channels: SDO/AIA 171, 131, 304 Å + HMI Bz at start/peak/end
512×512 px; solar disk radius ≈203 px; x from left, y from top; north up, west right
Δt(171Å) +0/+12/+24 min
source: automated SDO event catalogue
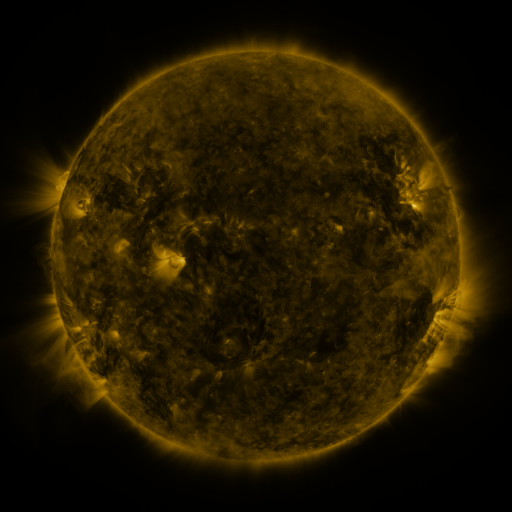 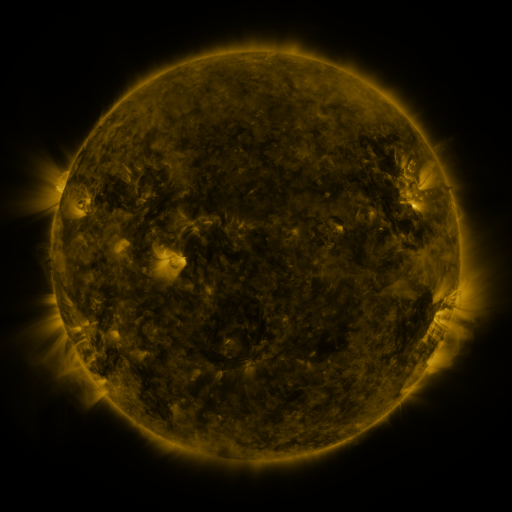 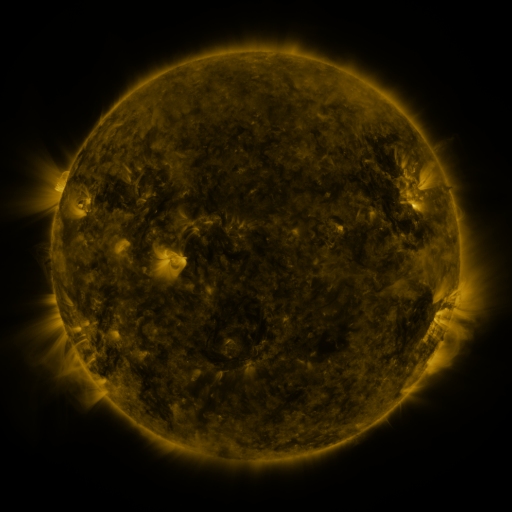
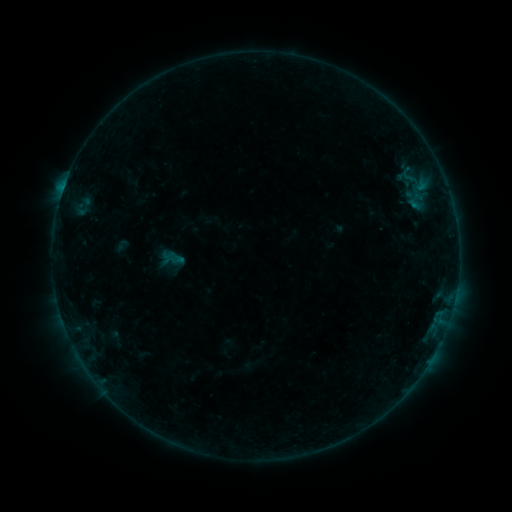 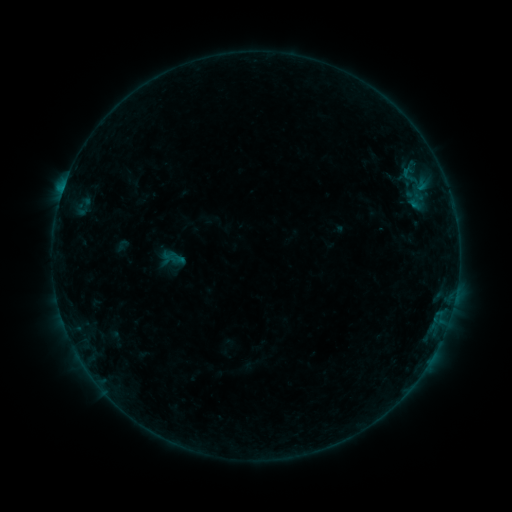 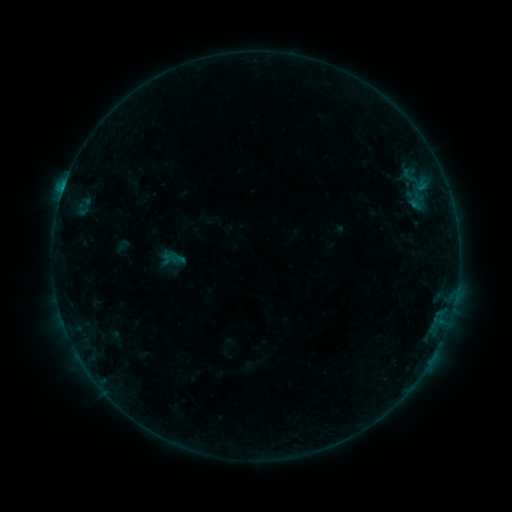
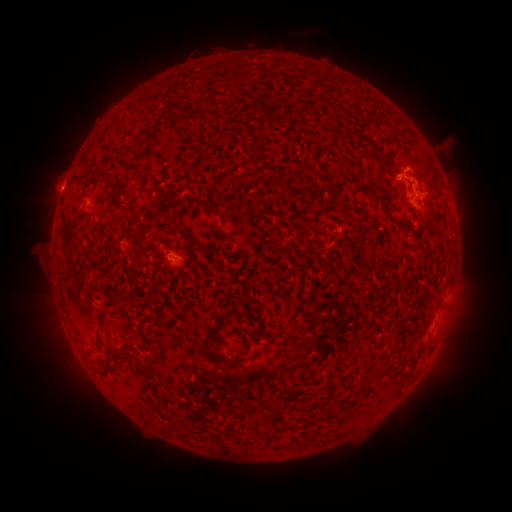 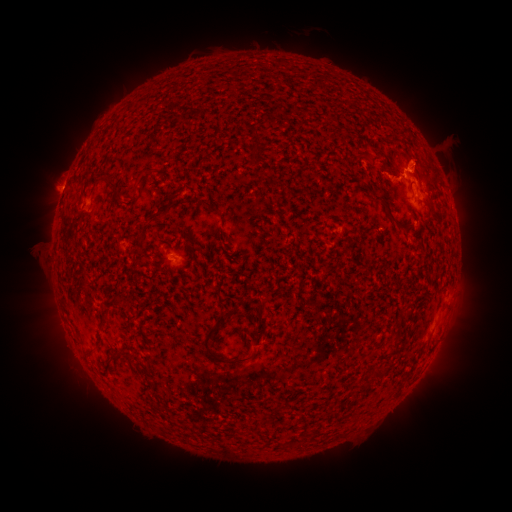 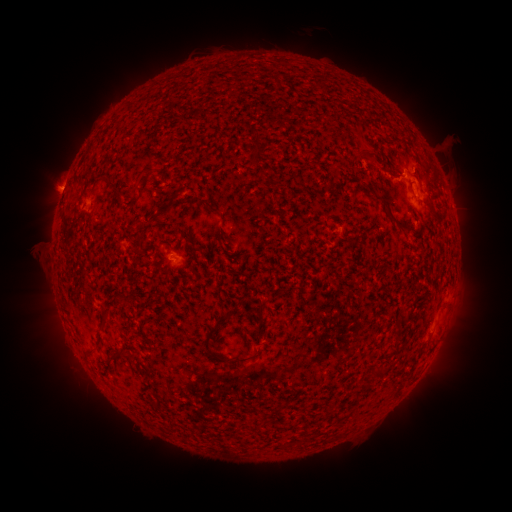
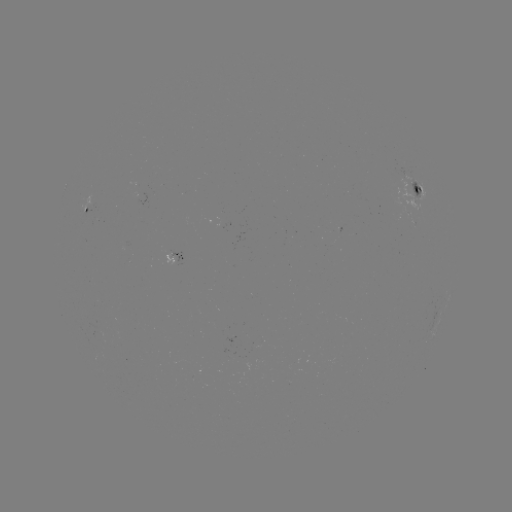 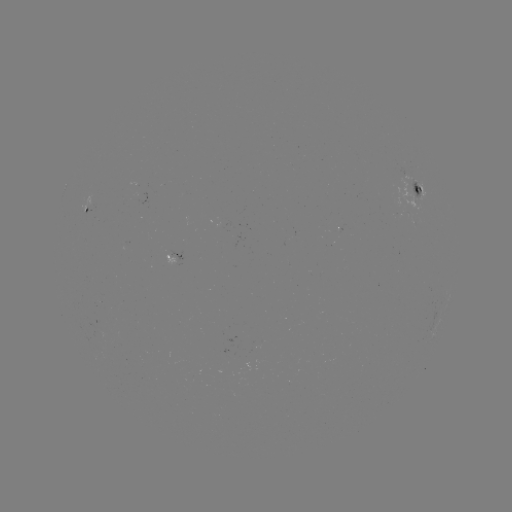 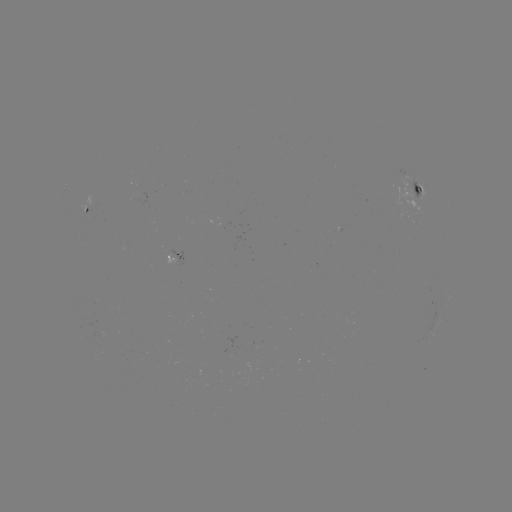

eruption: <bbox>359, 128, 466, 206</bbox>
